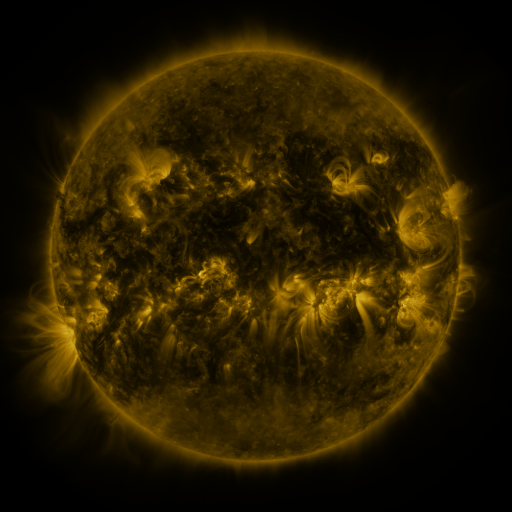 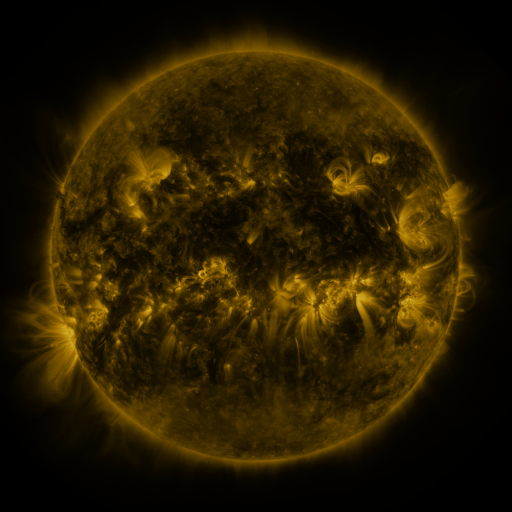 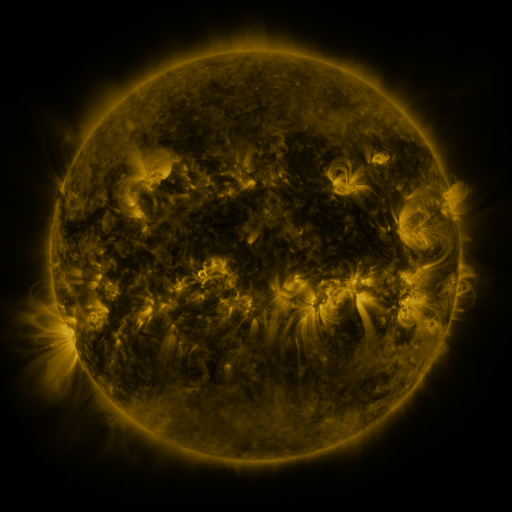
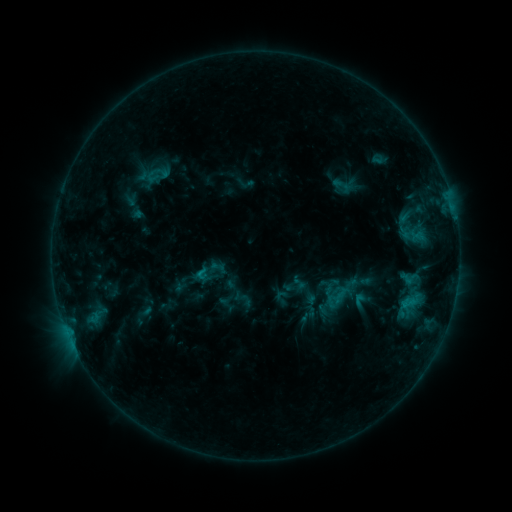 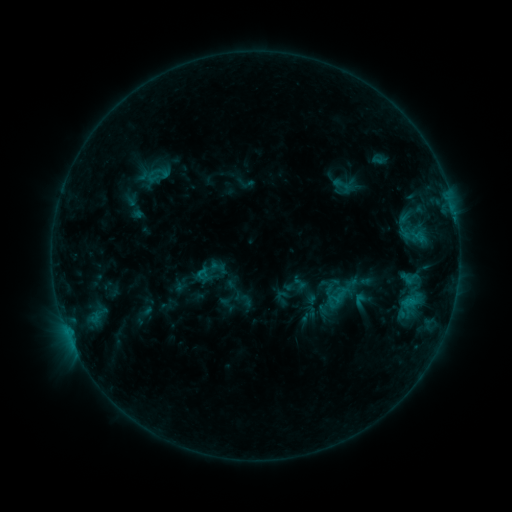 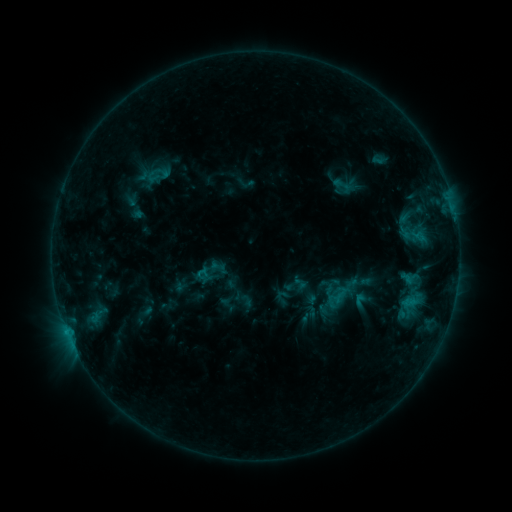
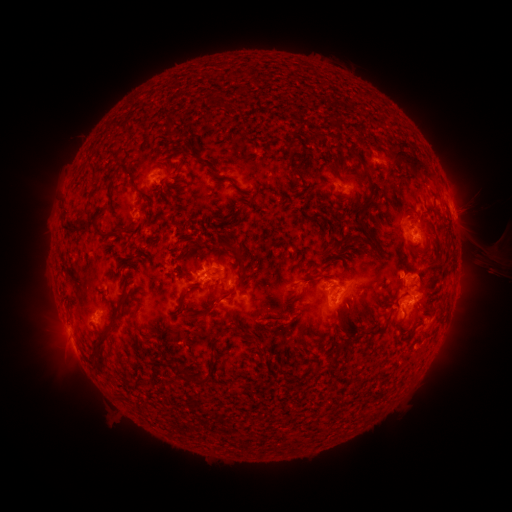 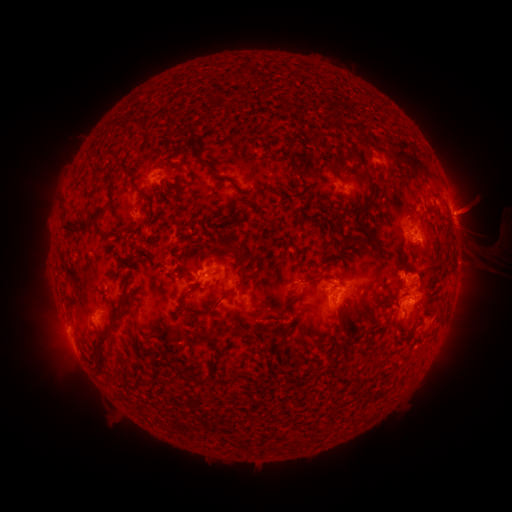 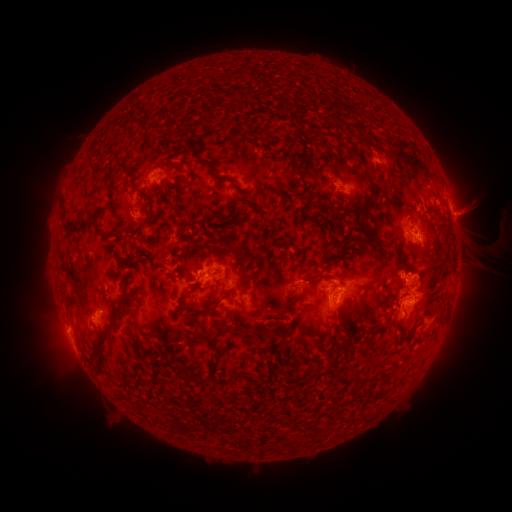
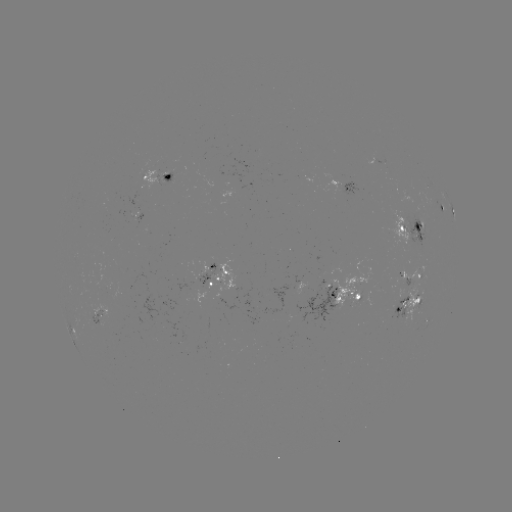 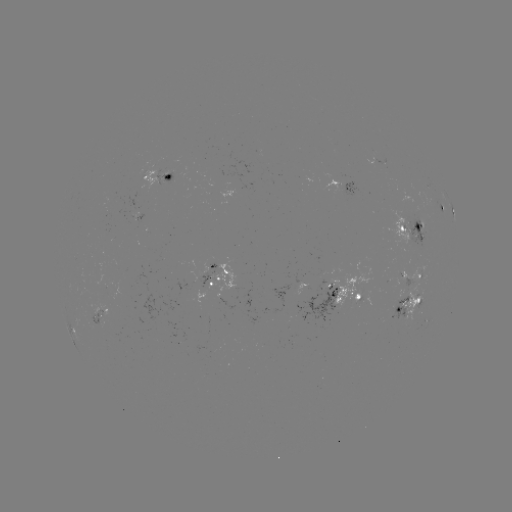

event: eruption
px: (468, 211)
